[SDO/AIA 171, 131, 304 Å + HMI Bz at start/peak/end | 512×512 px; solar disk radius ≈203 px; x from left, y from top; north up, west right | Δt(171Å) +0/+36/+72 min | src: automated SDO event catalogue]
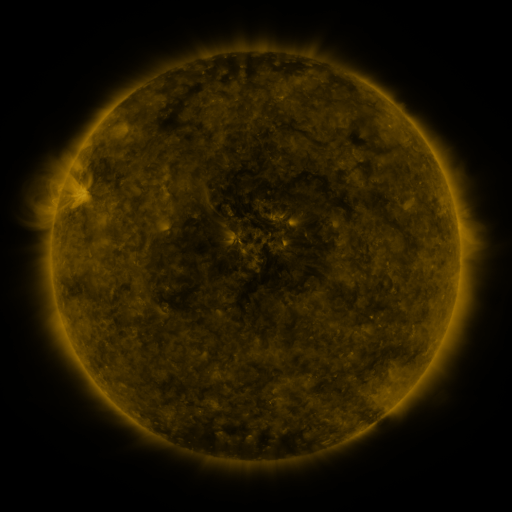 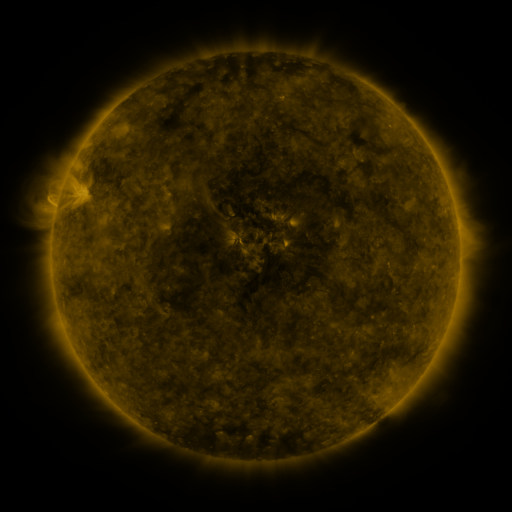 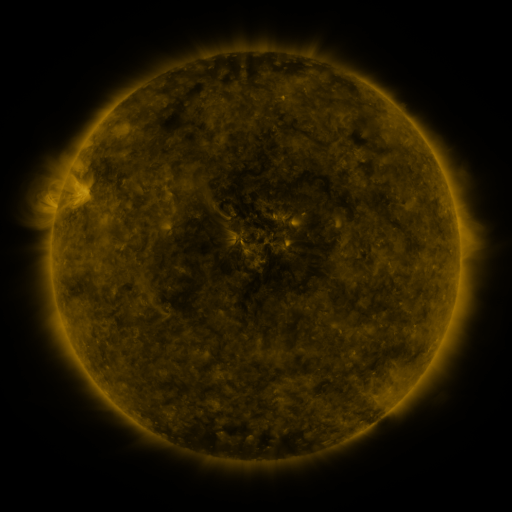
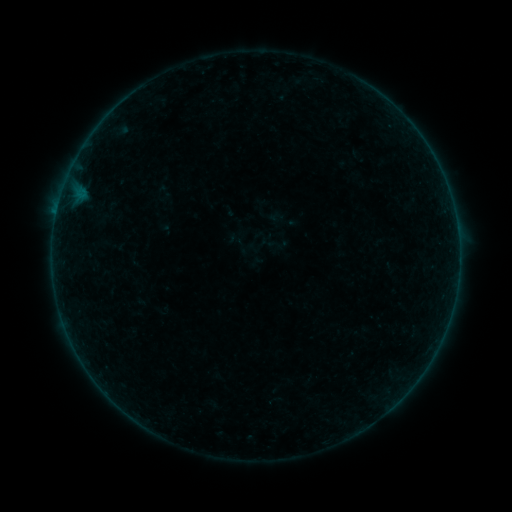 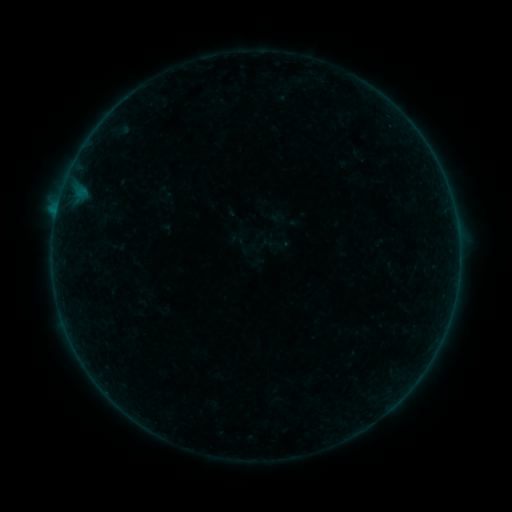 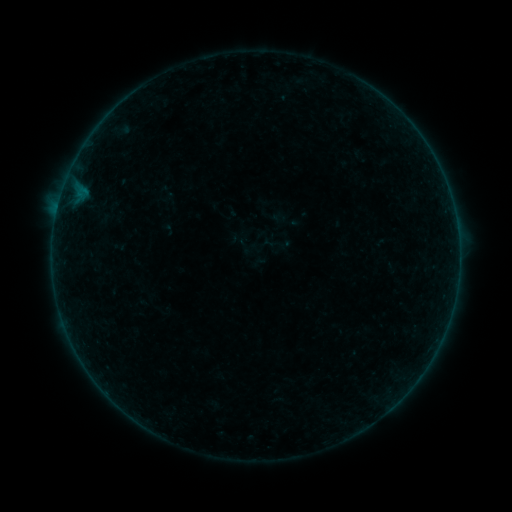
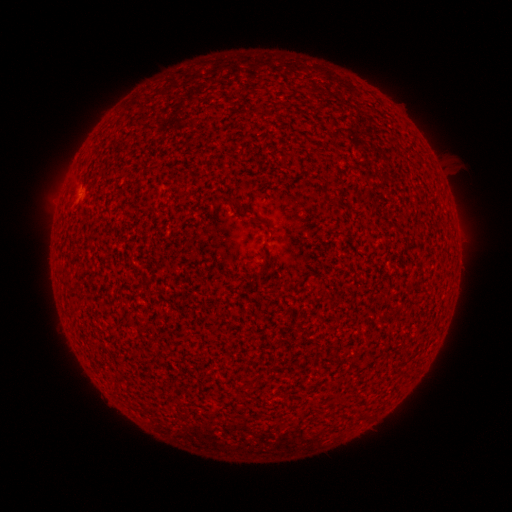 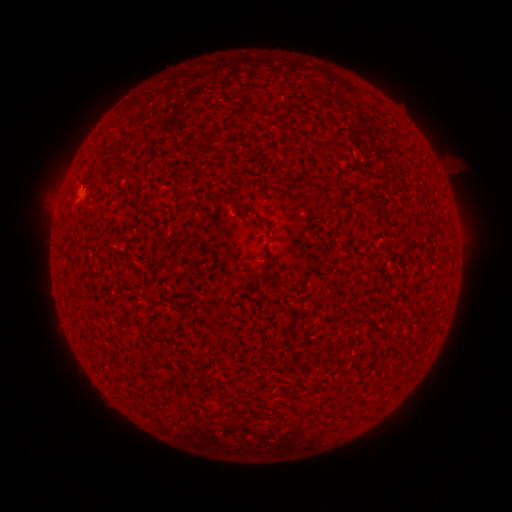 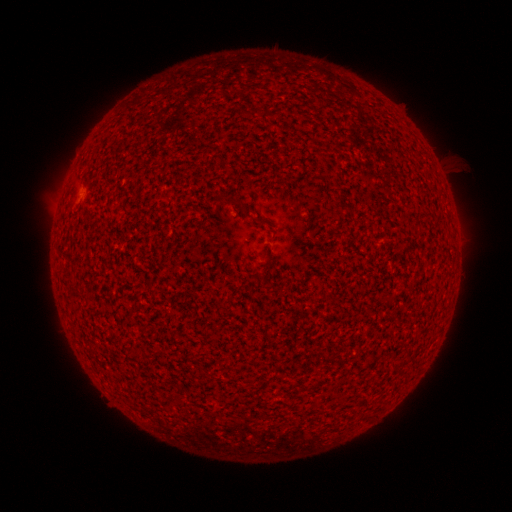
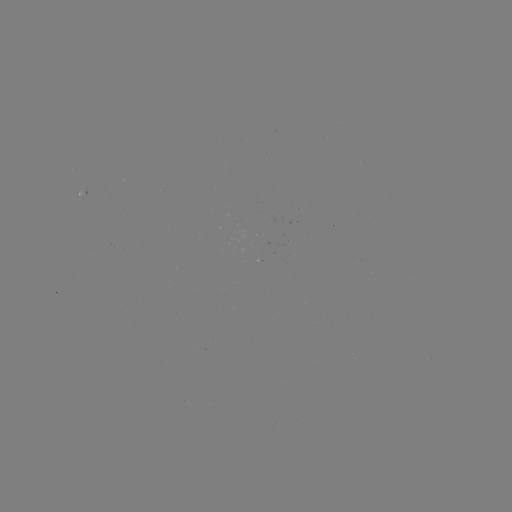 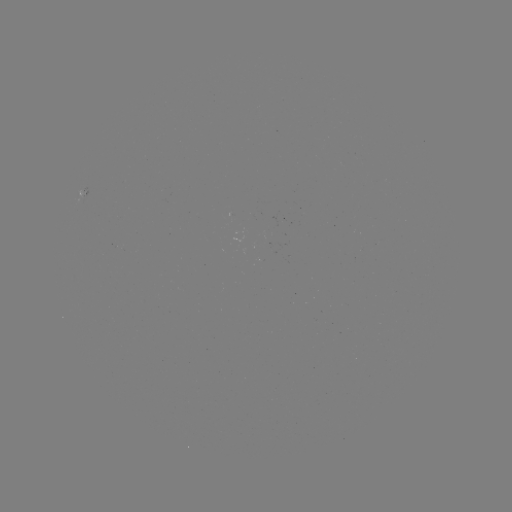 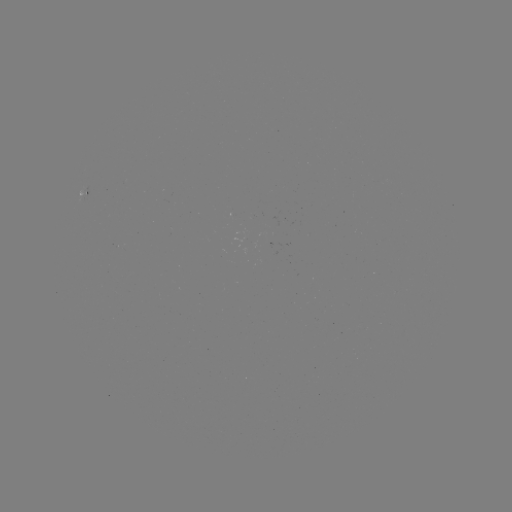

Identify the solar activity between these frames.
B2.8 flare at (57, 213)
